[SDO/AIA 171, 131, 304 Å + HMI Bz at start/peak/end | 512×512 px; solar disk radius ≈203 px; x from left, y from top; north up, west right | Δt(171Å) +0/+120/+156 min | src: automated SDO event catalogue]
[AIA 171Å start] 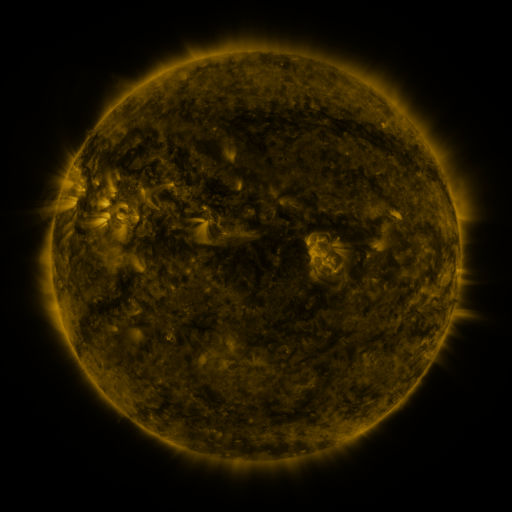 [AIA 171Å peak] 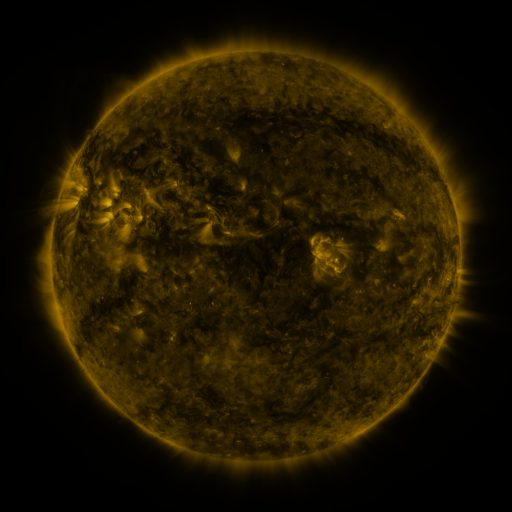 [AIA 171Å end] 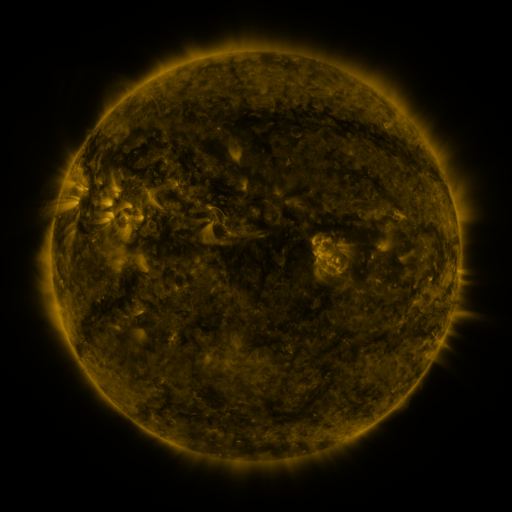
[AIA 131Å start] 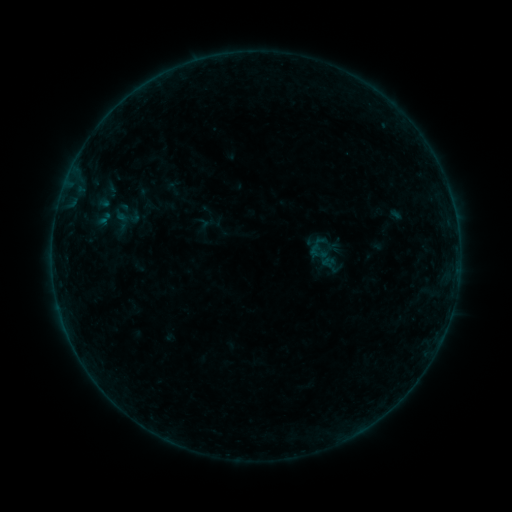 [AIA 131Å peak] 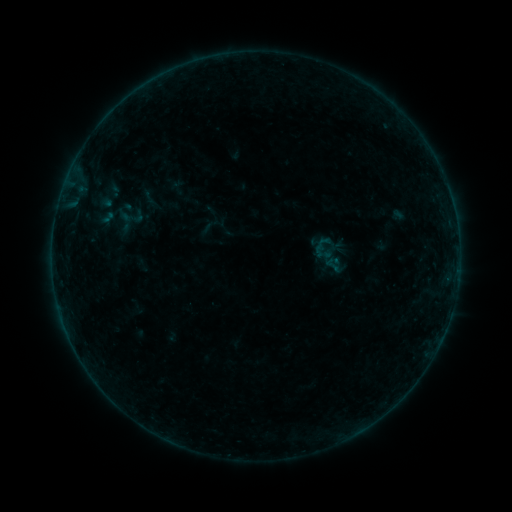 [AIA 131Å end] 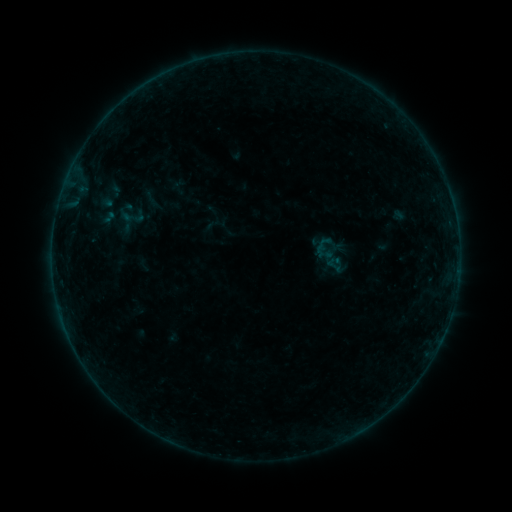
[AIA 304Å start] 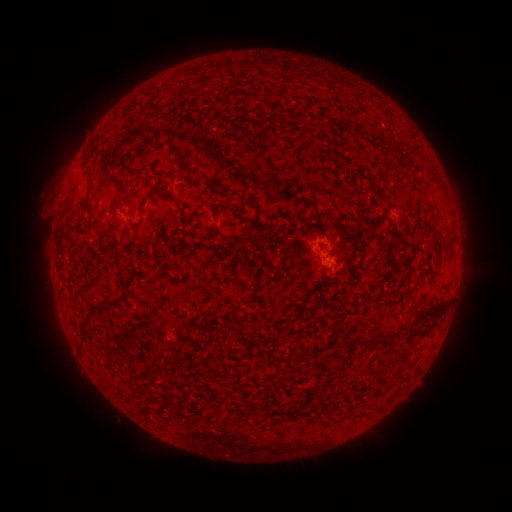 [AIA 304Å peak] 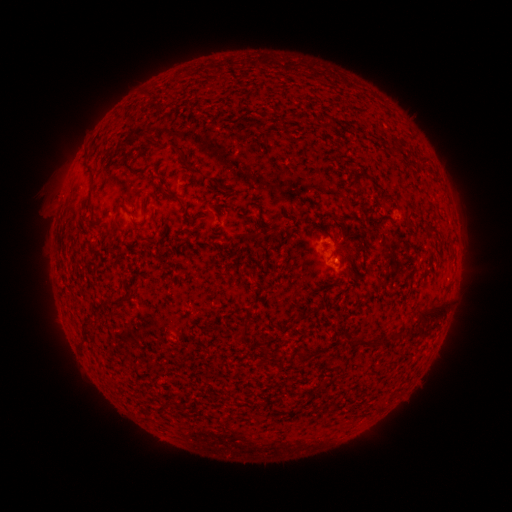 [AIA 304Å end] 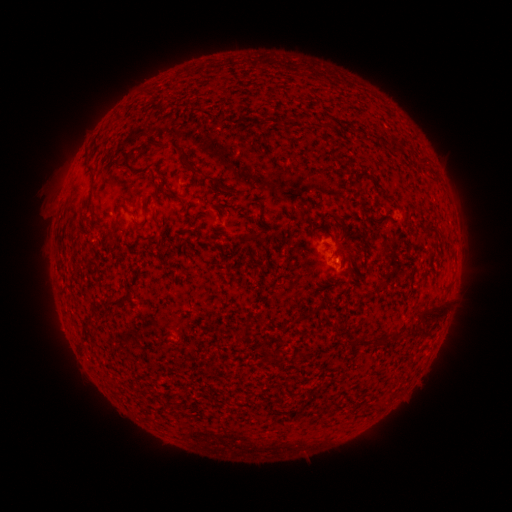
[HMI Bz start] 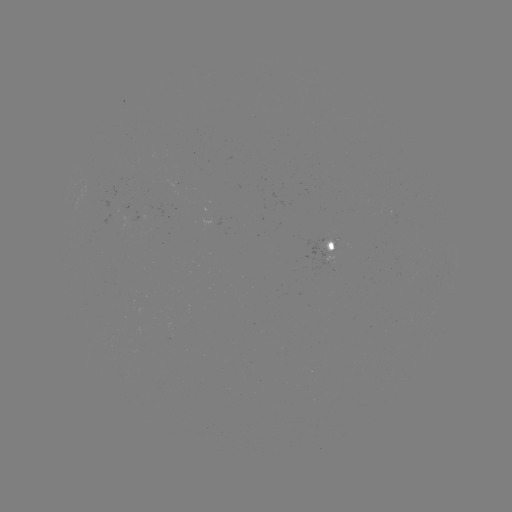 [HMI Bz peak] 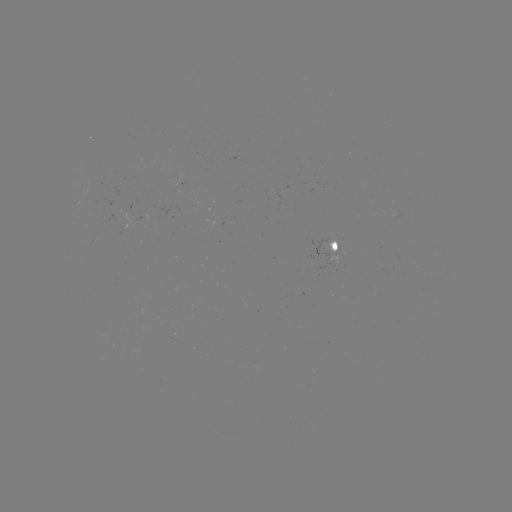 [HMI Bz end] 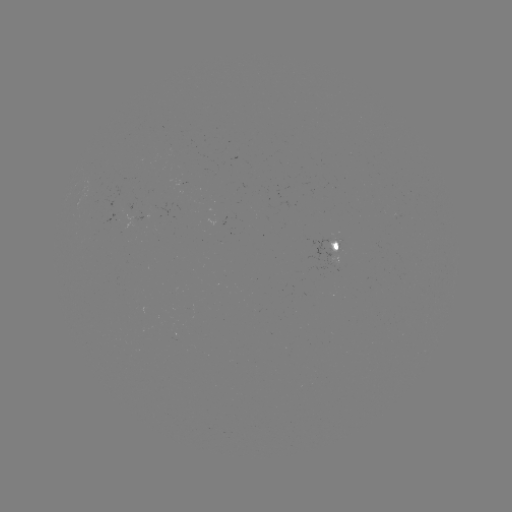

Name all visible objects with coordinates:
emerging-flux region: (327, 244)
